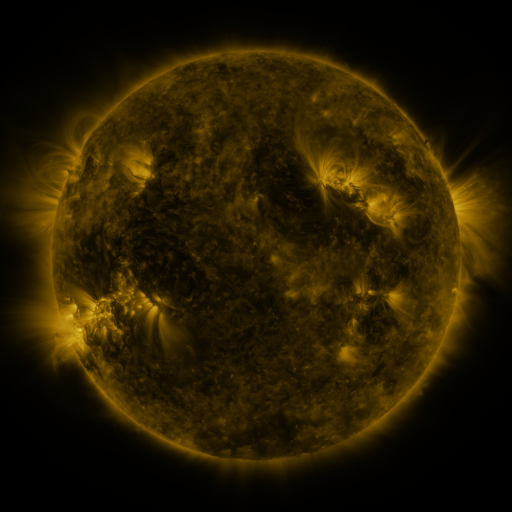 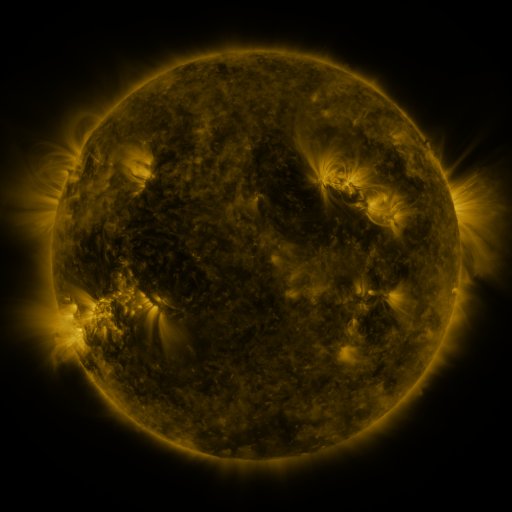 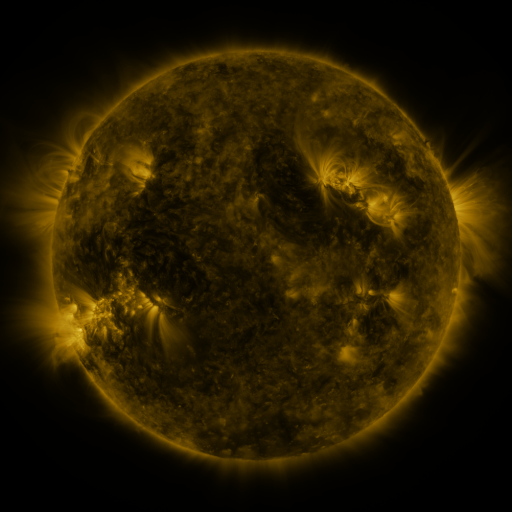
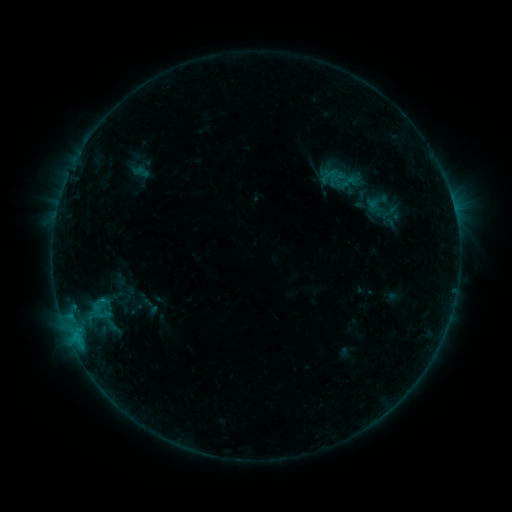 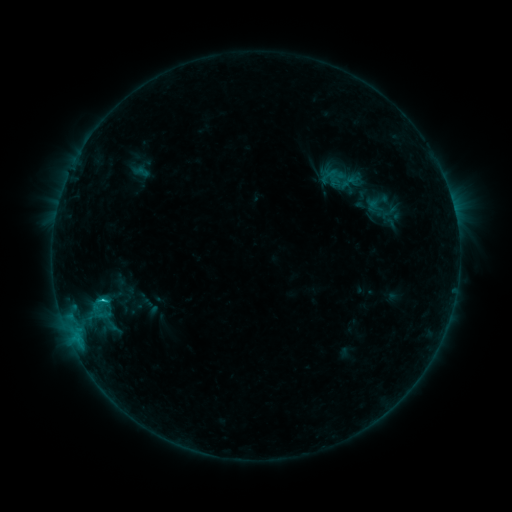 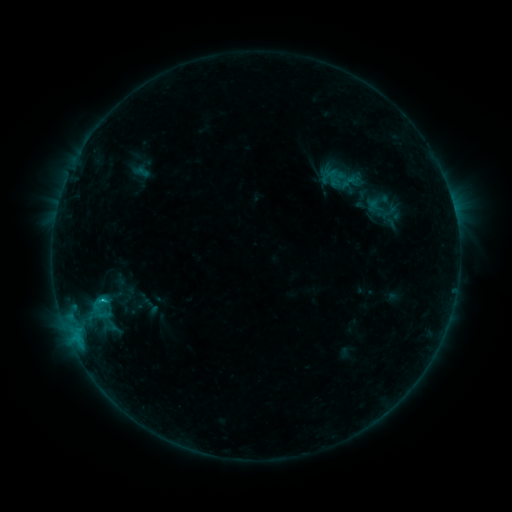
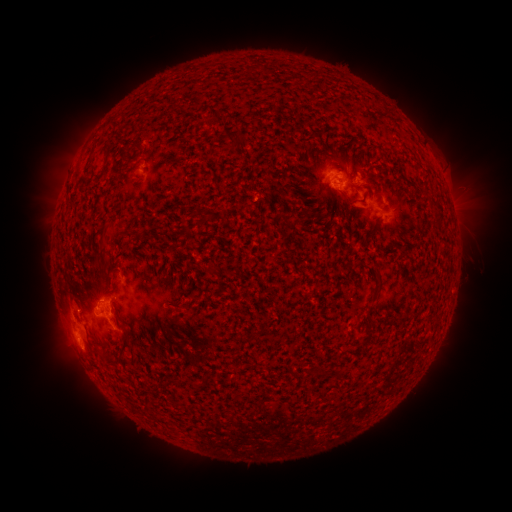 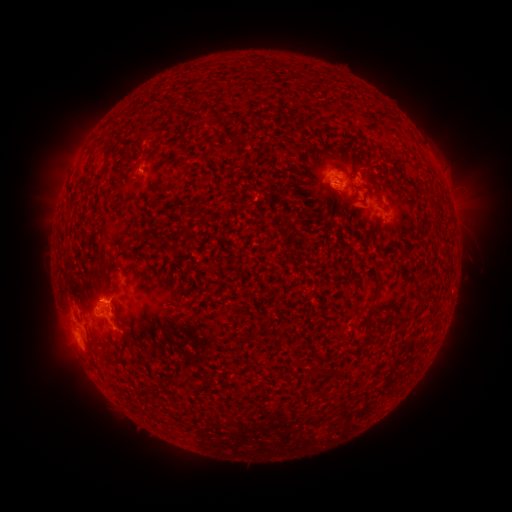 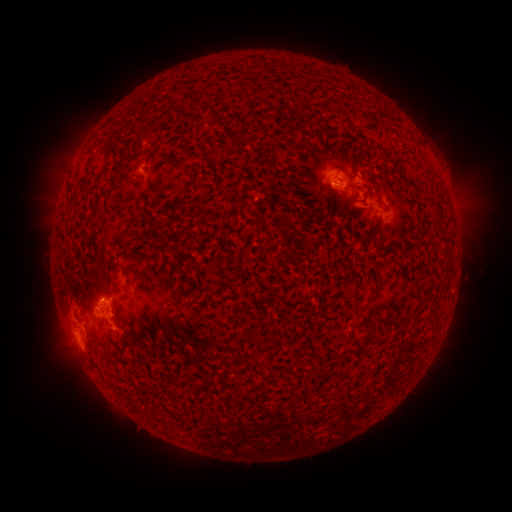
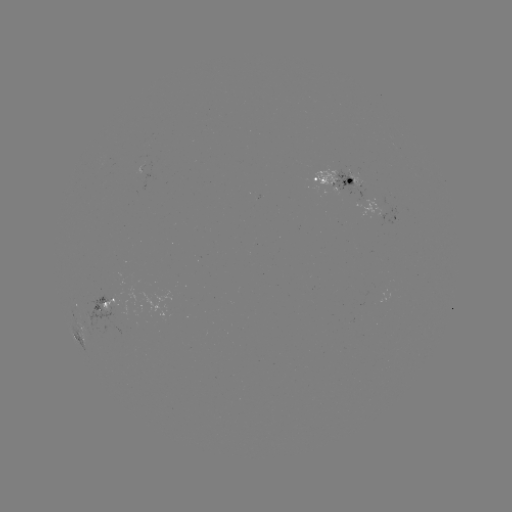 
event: flare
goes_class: C1.0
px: (105, 297)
